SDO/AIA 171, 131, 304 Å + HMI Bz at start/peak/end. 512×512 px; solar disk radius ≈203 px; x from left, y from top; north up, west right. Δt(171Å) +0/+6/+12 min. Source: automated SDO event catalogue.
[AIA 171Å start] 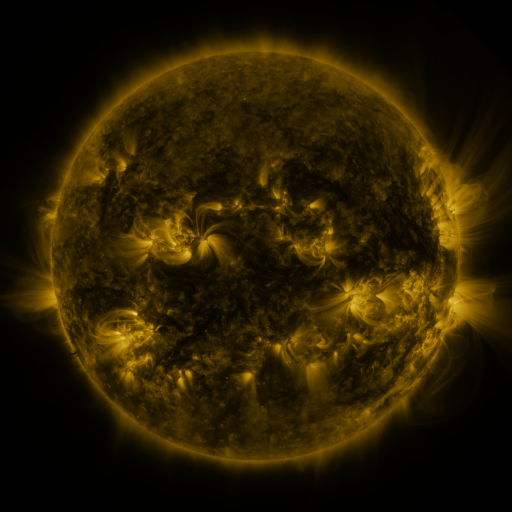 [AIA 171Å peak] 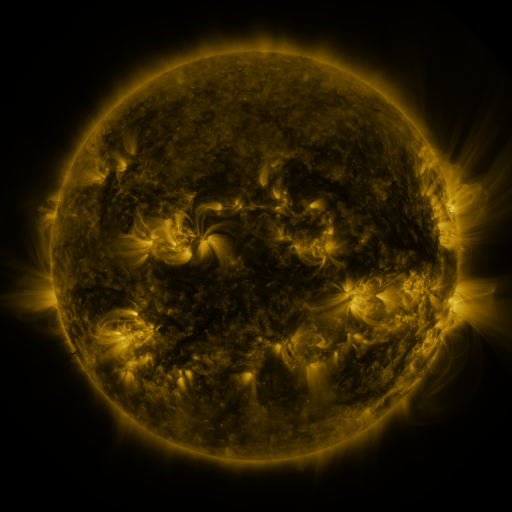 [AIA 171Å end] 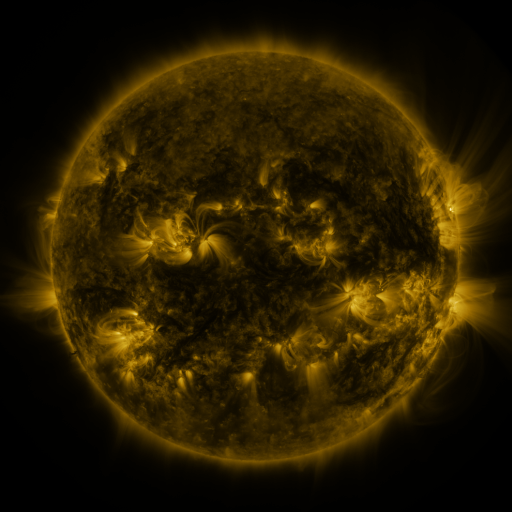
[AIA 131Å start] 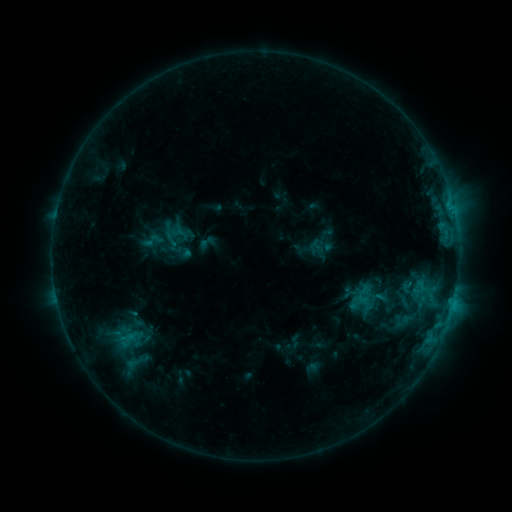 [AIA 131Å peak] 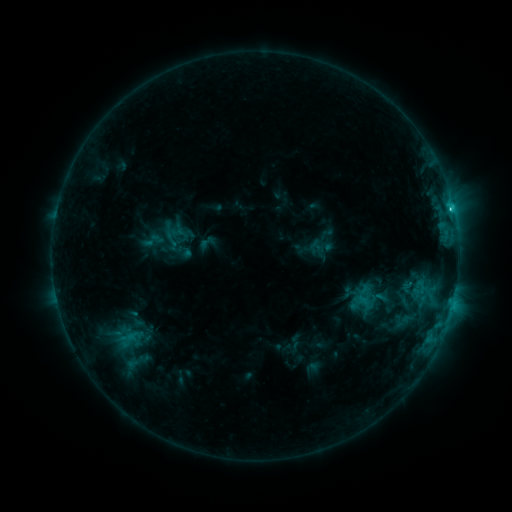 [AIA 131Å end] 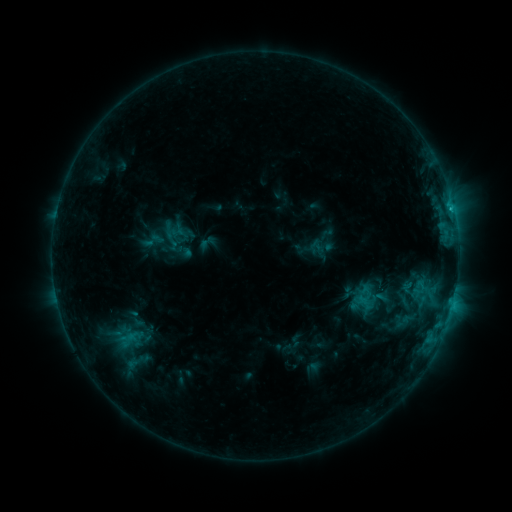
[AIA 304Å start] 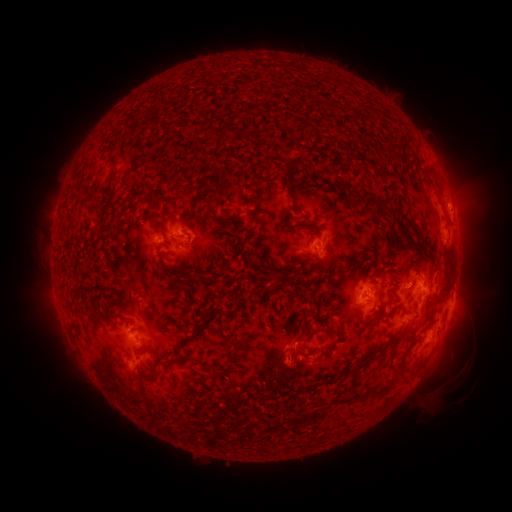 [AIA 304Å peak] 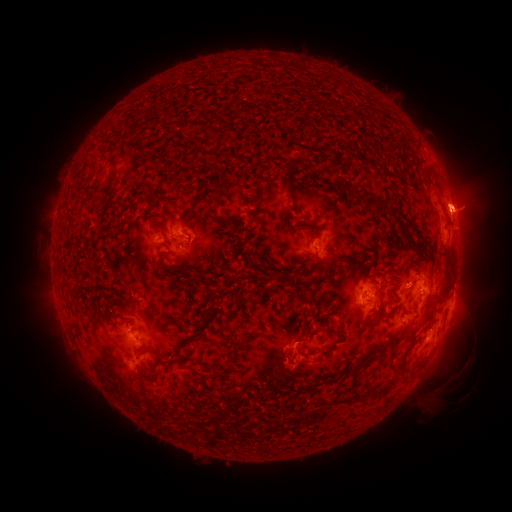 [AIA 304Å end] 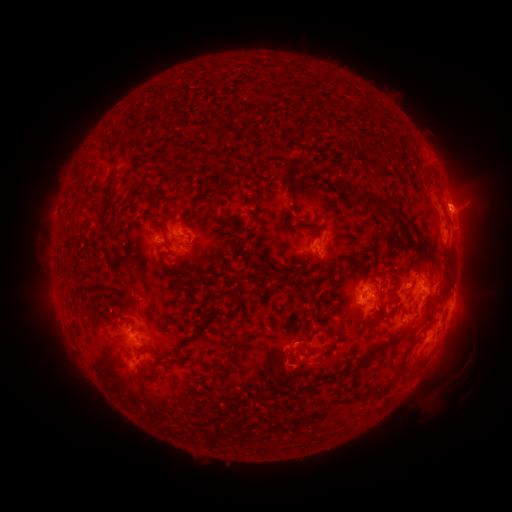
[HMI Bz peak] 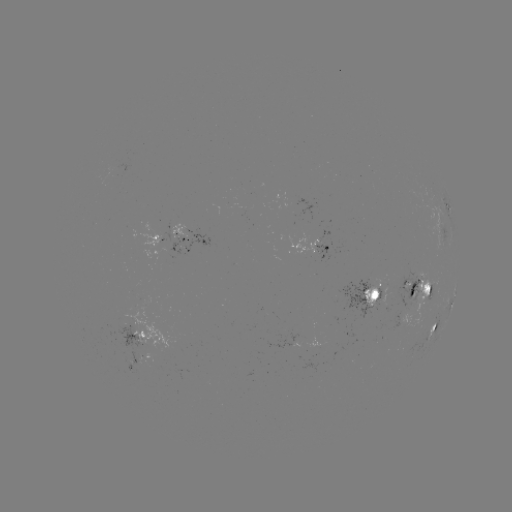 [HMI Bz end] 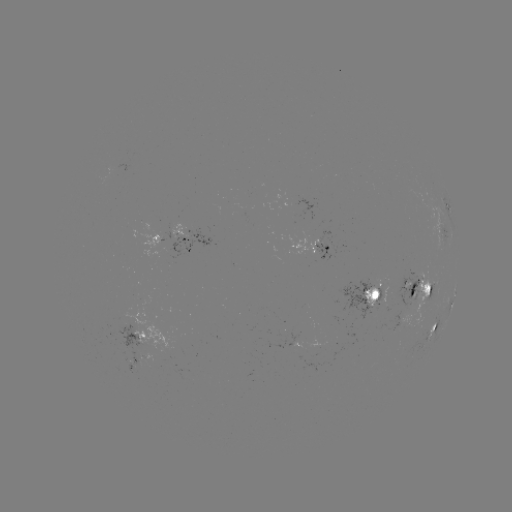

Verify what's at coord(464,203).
eruption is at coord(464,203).